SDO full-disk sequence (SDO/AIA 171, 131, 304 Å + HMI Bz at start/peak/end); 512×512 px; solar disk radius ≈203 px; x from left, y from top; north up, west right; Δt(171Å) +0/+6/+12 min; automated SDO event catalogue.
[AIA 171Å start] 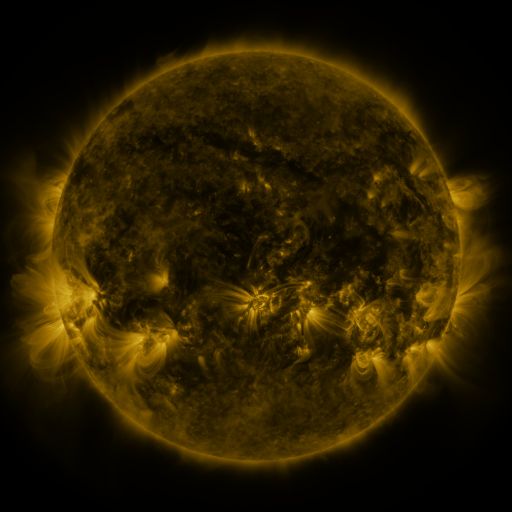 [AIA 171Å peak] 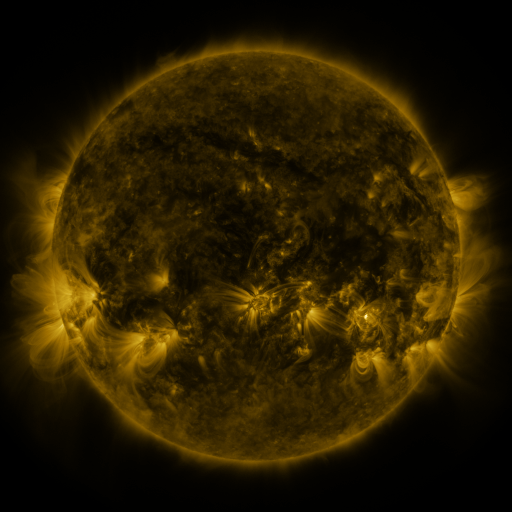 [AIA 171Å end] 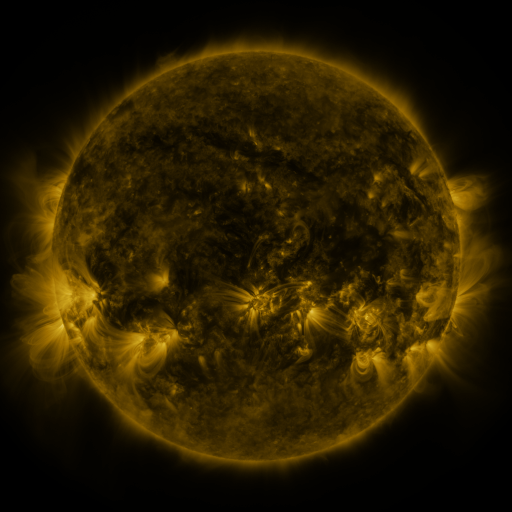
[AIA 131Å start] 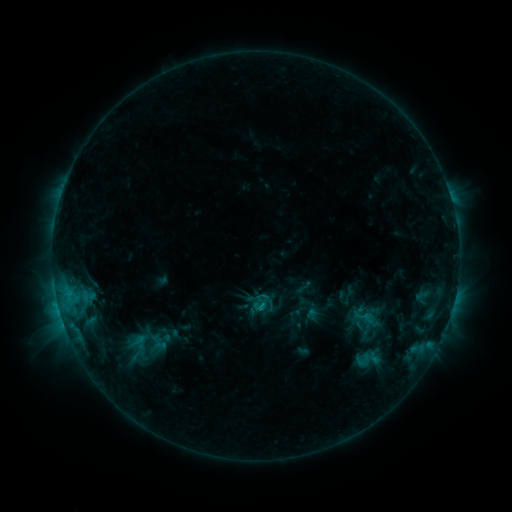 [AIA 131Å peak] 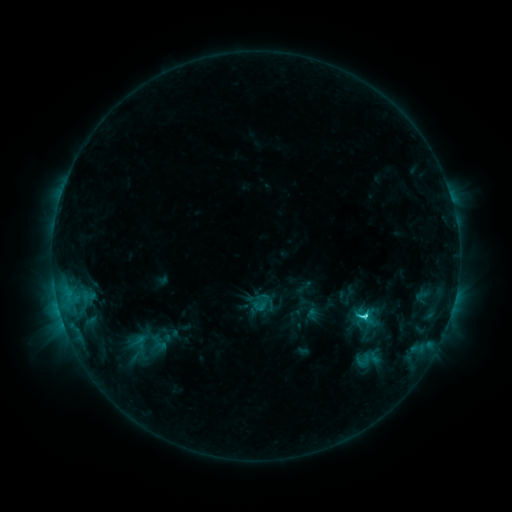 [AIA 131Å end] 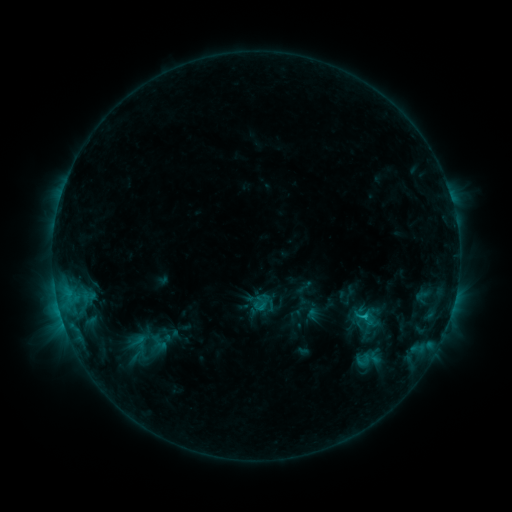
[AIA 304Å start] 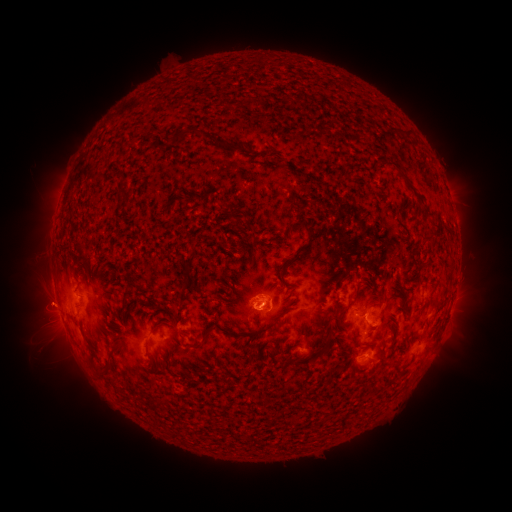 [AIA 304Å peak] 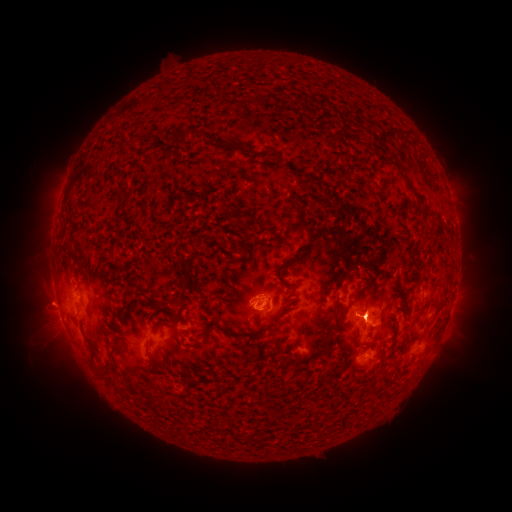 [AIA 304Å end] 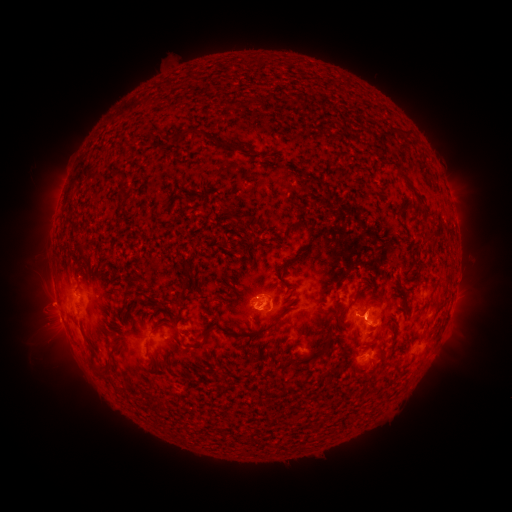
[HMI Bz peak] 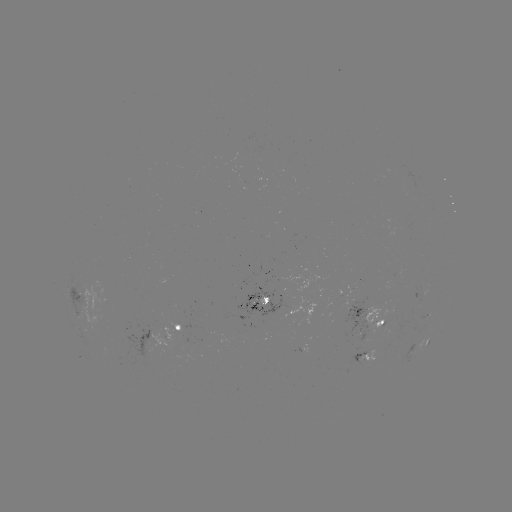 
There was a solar flare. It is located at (365, 316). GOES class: C2.7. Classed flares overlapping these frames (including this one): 1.